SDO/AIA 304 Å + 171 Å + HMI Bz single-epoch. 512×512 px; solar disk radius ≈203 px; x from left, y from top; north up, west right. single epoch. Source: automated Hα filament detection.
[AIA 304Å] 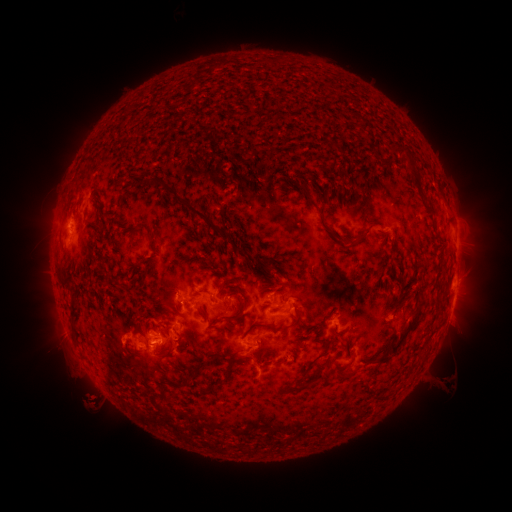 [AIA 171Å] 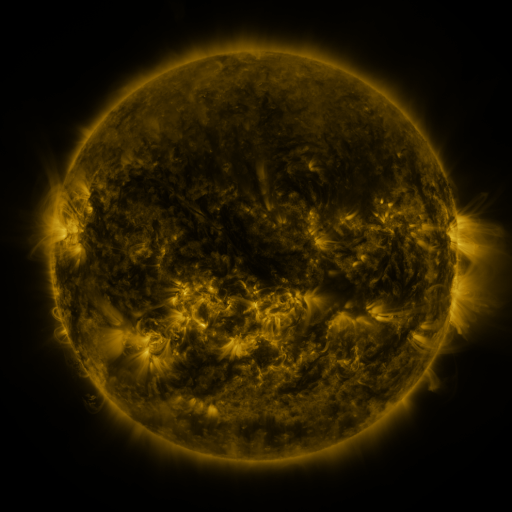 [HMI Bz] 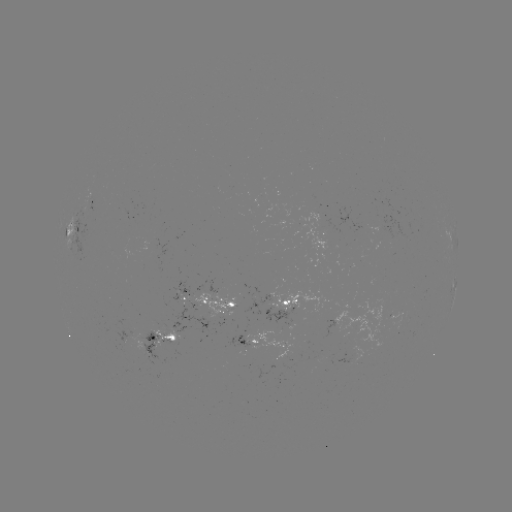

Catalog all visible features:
filament: <bbox>398, 147, 410, 158</bbox>
filament: <bbox>369, 148, 379, 160</bbox>
filament: <bbox>152, 176, 228, 235</bbox>
filament: <bbox>295, 183, 316, 207</bbox>
filament: <bbox>135, 221, 155, 240</bbox>
filament: <bbox>363, 224, 374, 238</bbox>
filament: <bbox>328, 230, 338, 239</bbox>
filament: <bbox>265, 261, 274, 271</bbox>
filament: <bbox>106, 271, 121, 285</bbox>
filament: <bbox>60, 274, 70, 285</bbox>
filament: <bbox>69, 296, 78, 317</bbox>
filament: <bbox>231, 299, 243, 319</bbox>
filament: <bbox>225, 300, 234, 308</bbox>
filament: <bbox>194, 304, 205, 319</bbox>
filament: <bbox>240, 306, 301, 339</bbox>
filament: <bbox>388, 309, 422, 354</bbox>
filament: <bbox>322, 310, 331, 320</bbox>
filament: <bbox>70, 321, 77, 332</bbox>
filament: <bbox>316, 325, 327, 331</bbox>
filament: <bbox>163, 333, 174, 342</bbox>
filament: <bbox>374, 348, 390, 365</bbox>
filament: <bbox>322, 353, 332, 367</bbox>
filament: <bbox>341, 370, 354, 379</bbox>
filament: <bbox>185, 373, 195, 383</bbox>
